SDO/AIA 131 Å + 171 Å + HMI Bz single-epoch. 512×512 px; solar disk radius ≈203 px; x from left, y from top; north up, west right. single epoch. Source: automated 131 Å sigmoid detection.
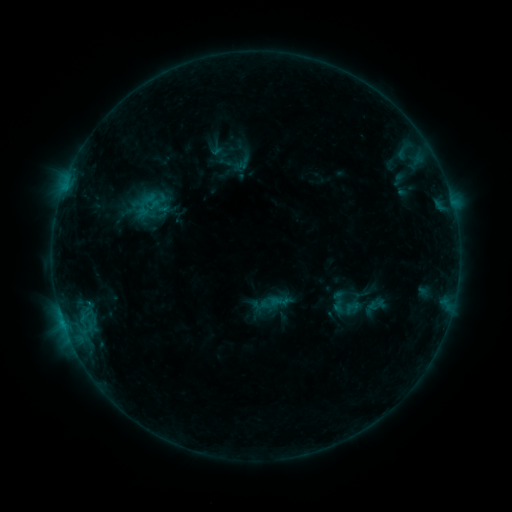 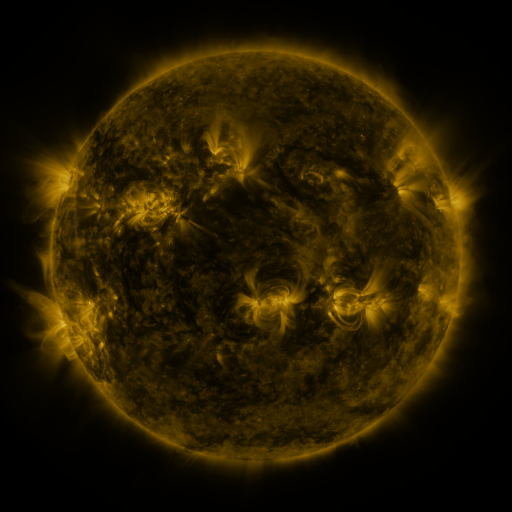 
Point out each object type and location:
sigmoid: [327, 283, 364, 323]
